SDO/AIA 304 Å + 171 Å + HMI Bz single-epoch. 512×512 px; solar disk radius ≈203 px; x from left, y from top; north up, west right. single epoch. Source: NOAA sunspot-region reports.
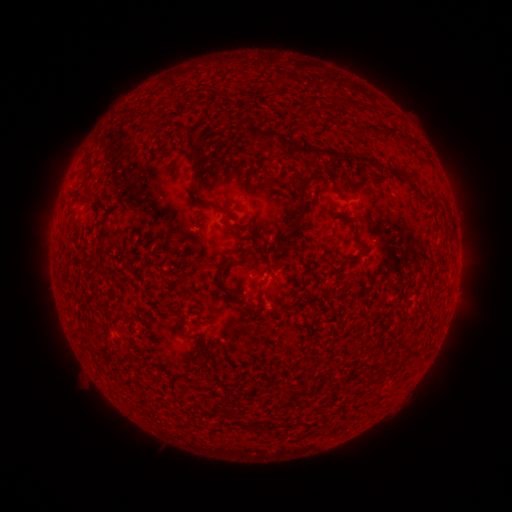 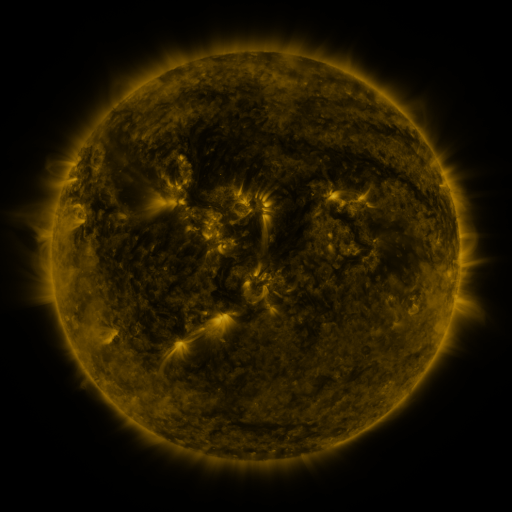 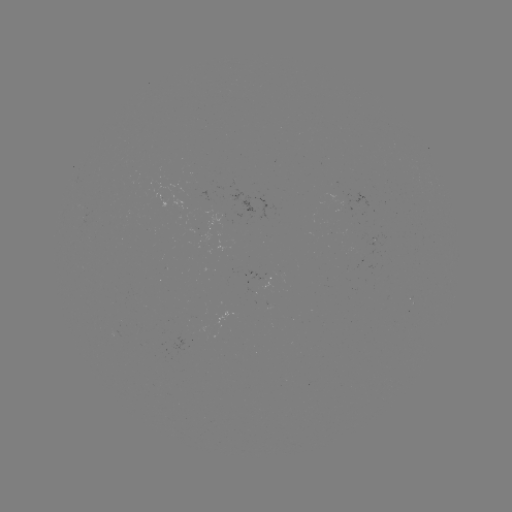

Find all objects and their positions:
(none)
